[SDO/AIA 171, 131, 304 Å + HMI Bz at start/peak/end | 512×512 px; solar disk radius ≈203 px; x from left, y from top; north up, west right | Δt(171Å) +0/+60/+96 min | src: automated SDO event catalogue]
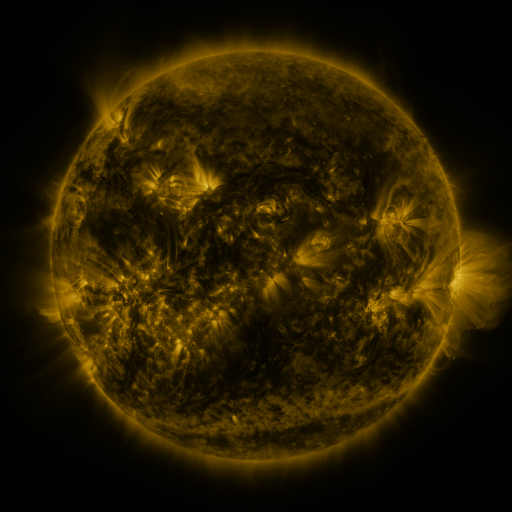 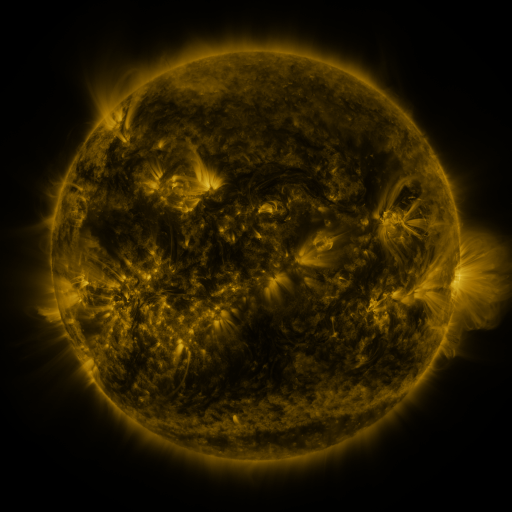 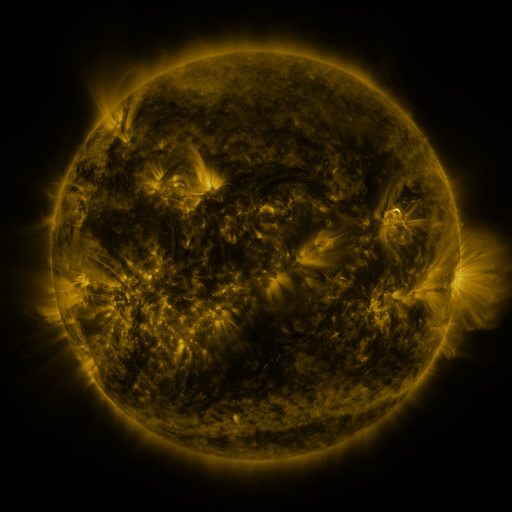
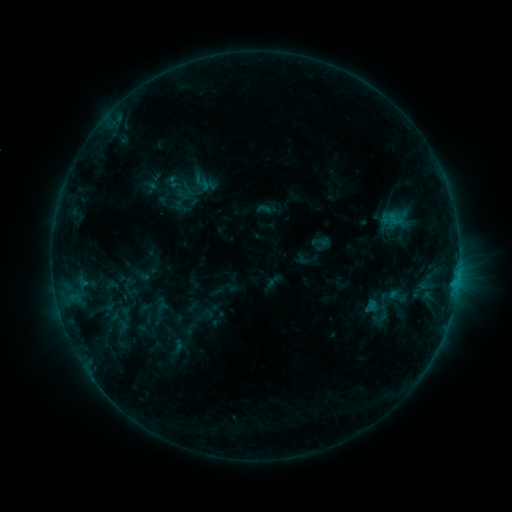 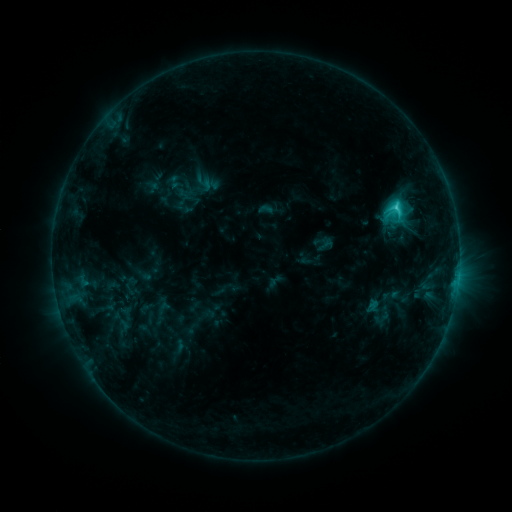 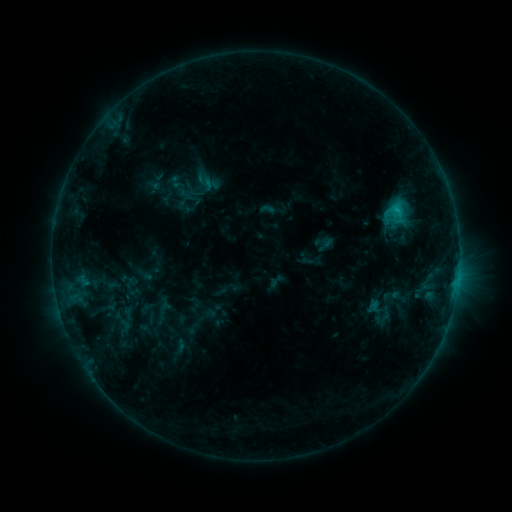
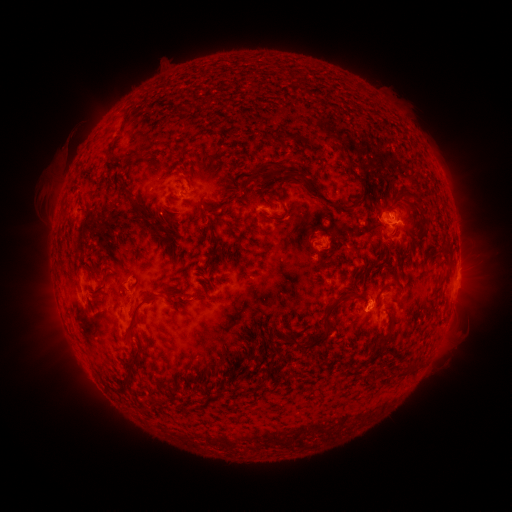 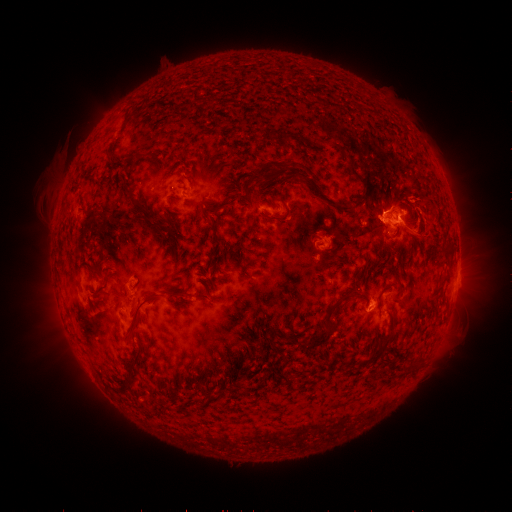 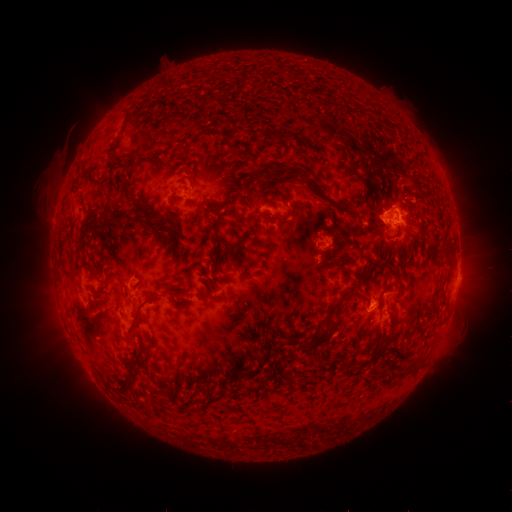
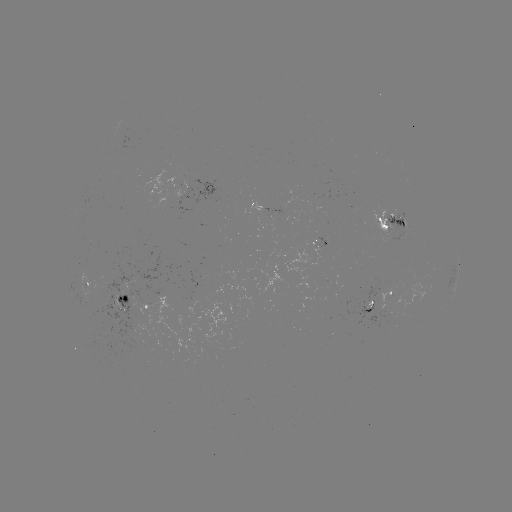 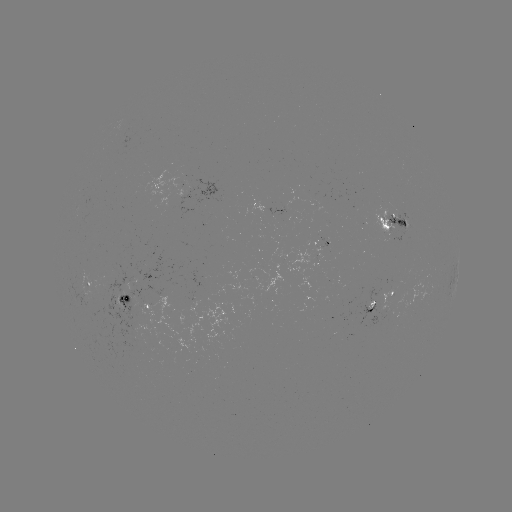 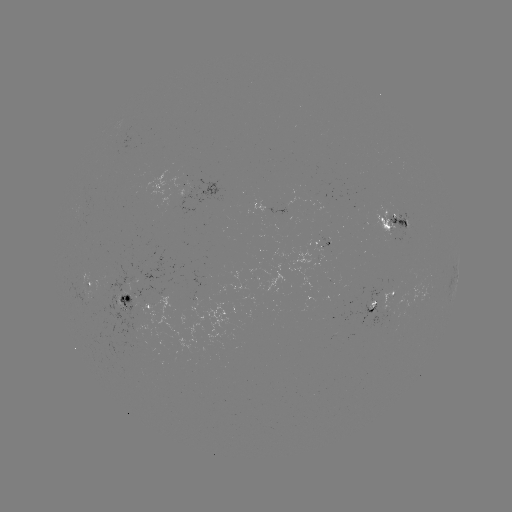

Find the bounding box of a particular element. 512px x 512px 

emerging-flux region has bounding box [87, 251, 170, 335].